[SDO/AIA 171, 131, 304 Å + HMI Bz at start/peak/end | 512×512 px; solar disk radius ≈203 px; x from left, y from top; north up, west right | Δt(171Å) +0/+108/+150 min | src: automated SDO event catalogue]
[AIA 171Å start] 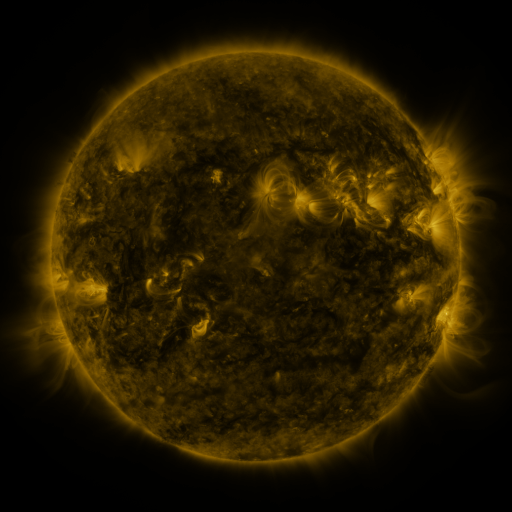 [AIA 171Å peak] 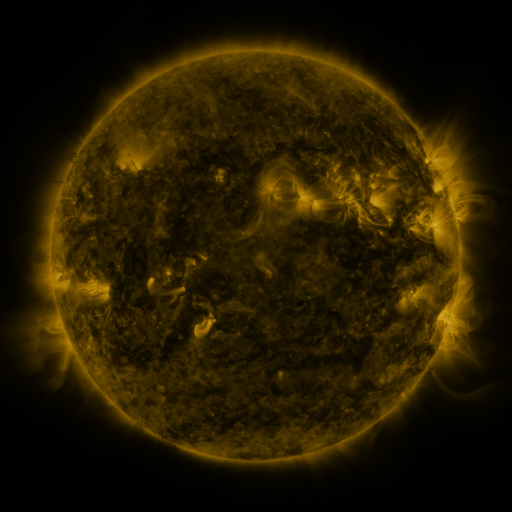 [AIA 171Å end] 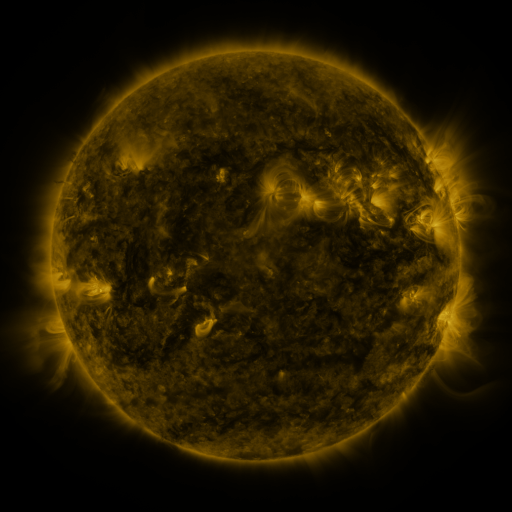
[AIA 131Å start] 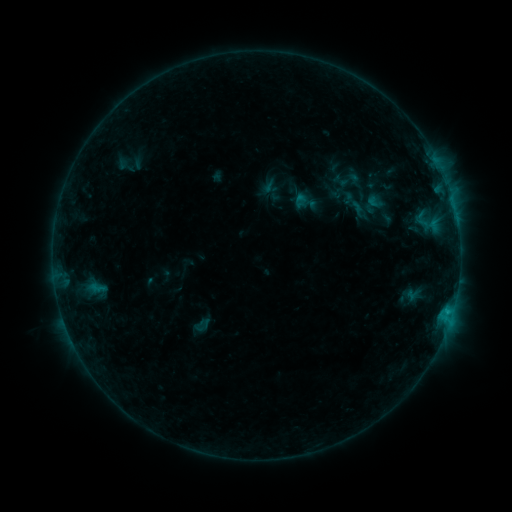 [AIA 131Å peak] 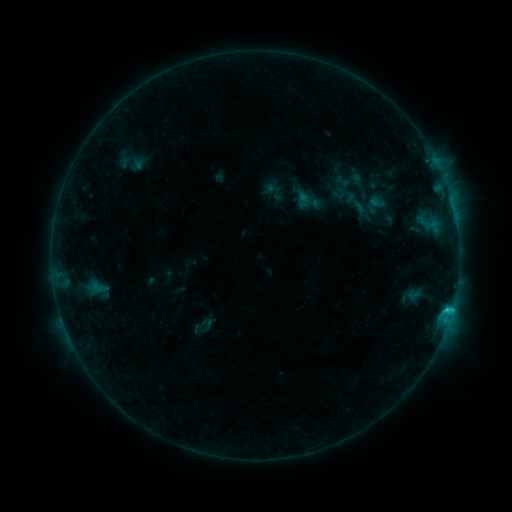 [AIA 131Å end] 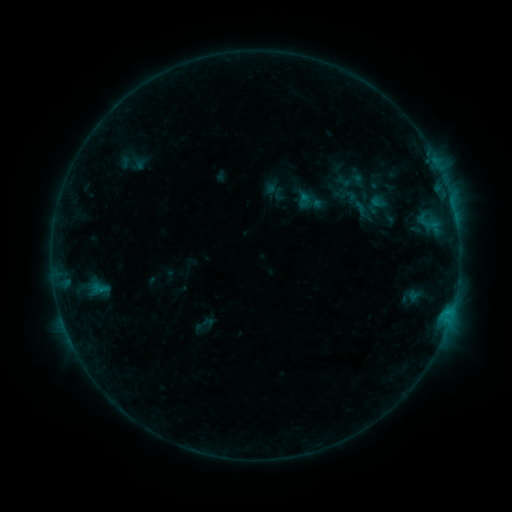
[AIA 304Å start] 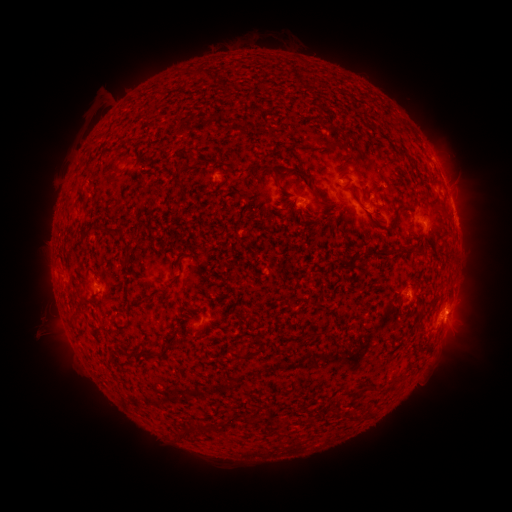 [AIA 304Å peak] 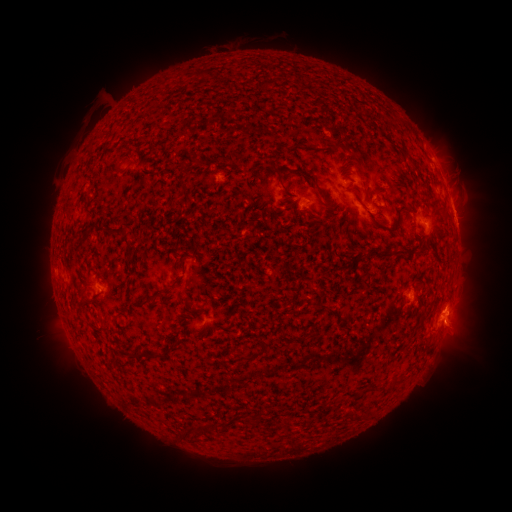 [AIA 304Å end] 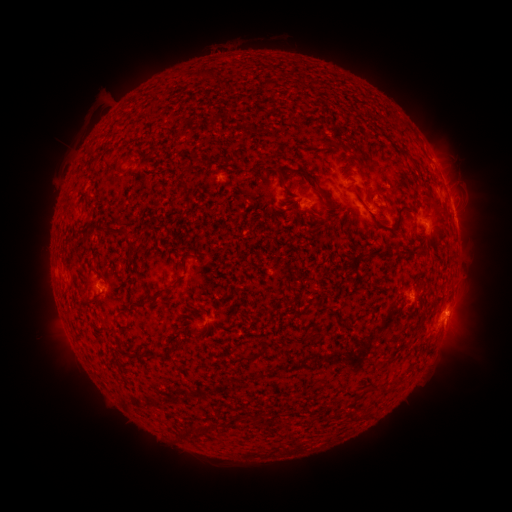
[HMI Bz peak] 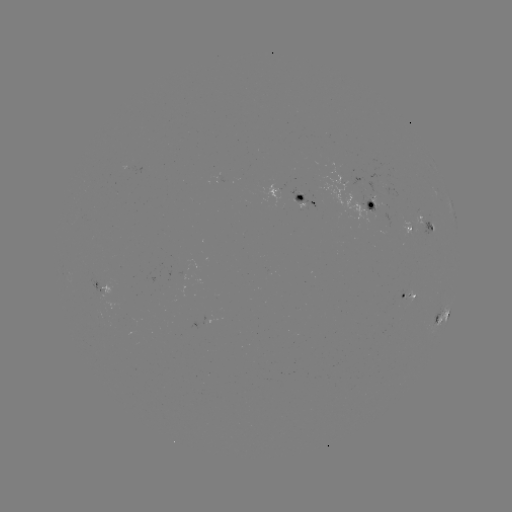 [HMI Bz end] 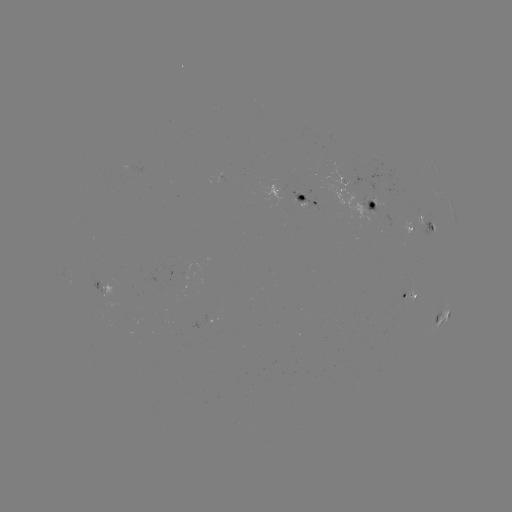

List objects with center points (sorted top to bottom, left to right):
emerging-flux region: (408, 231)
